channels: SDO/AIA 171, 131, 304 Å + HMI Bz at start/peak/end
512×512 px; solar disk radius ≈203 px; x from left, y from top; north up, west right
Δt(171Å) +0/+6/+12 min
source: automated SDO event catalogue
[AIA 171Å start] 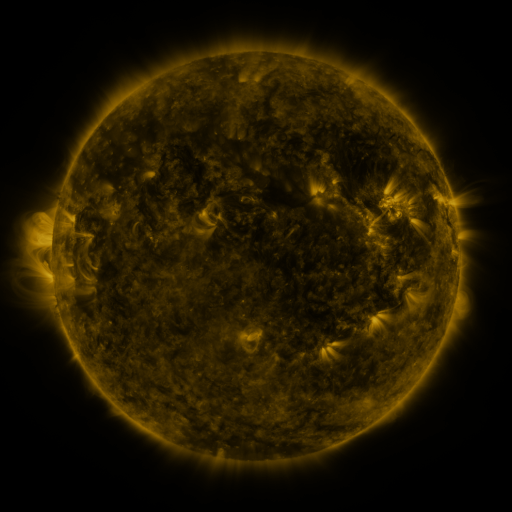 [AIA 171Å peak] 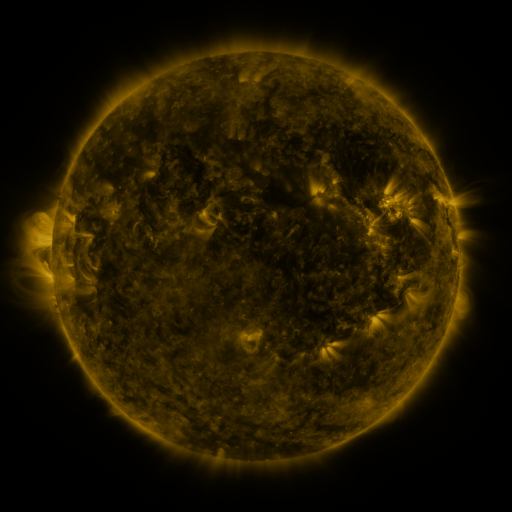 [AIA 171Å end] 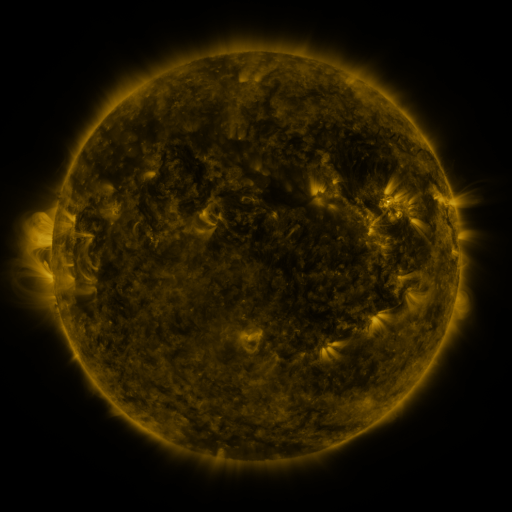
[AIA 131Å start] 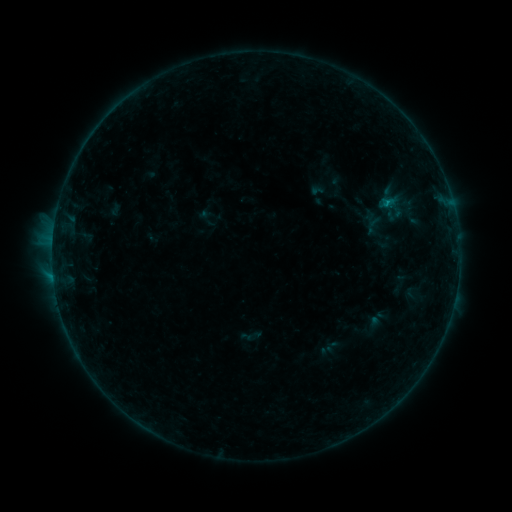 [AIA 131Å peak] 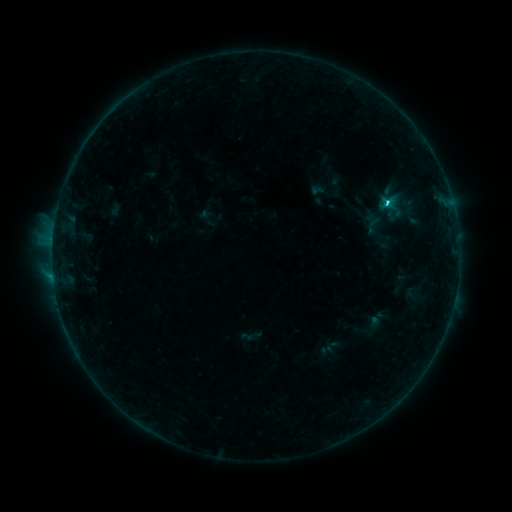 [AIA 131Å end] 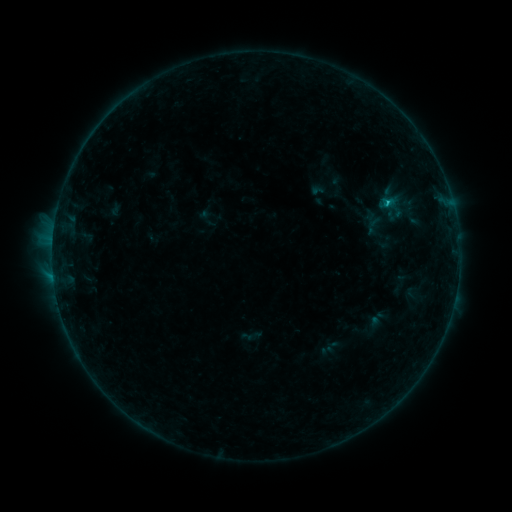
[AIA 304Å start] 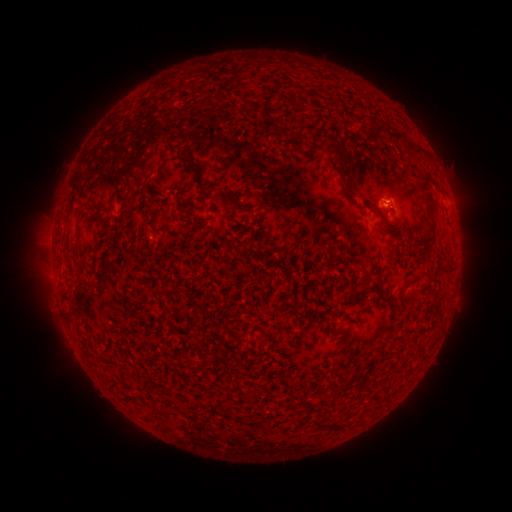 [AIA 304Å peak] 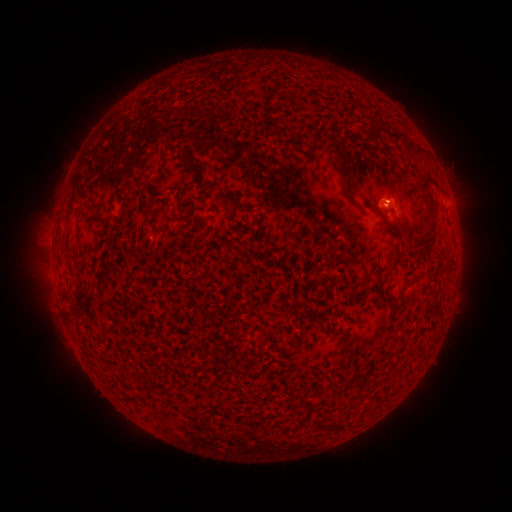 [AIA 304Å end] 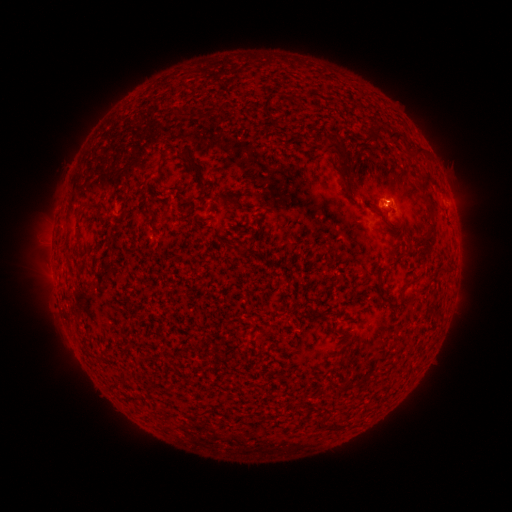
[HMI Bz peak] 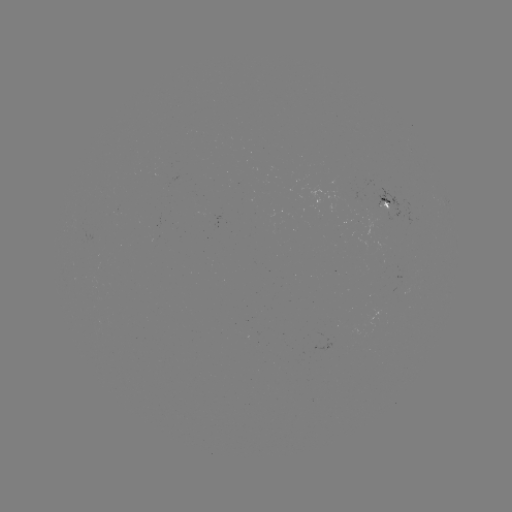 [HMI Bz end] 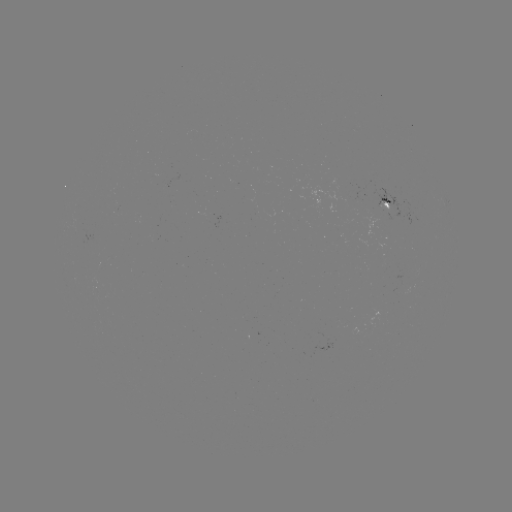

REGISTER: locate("B9.9 flare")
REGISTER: [387, 204]